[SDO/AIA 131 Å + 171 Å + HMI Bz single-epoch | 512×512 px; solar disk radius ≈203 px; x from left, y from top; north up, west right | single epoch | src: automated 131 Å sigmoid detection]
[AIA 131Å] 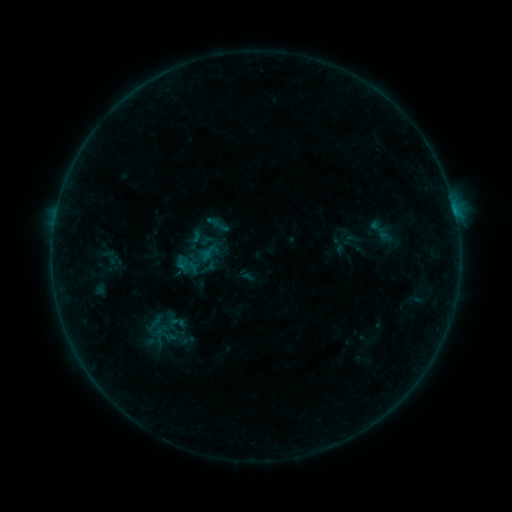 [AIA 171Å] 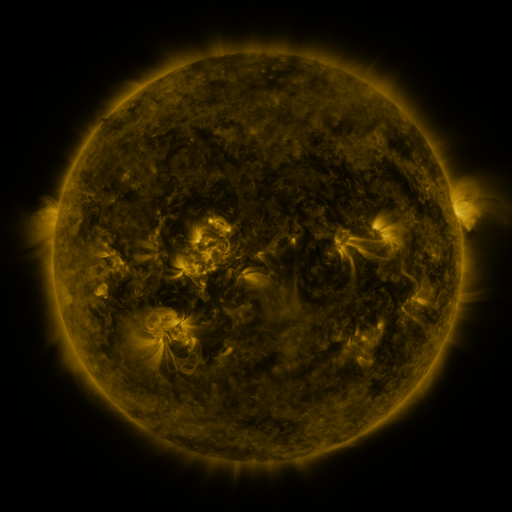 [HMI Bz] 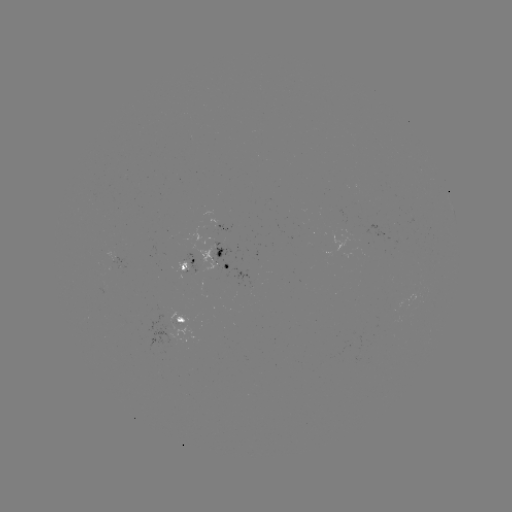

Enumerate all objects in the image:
sigmoid: <bbox>174, 251, 199, 278</bbox>
sigmoid: <bbox>155, 327, 181, 350</bbox>
